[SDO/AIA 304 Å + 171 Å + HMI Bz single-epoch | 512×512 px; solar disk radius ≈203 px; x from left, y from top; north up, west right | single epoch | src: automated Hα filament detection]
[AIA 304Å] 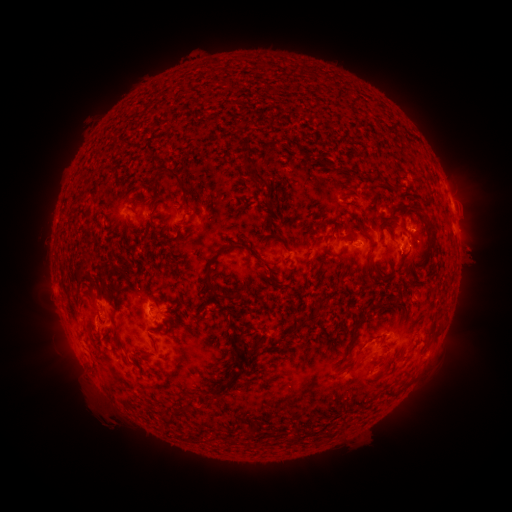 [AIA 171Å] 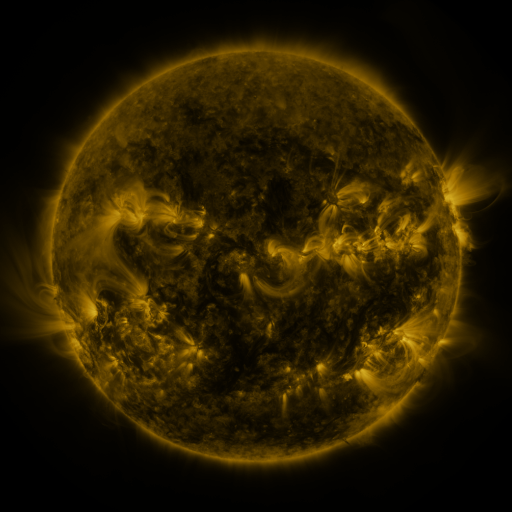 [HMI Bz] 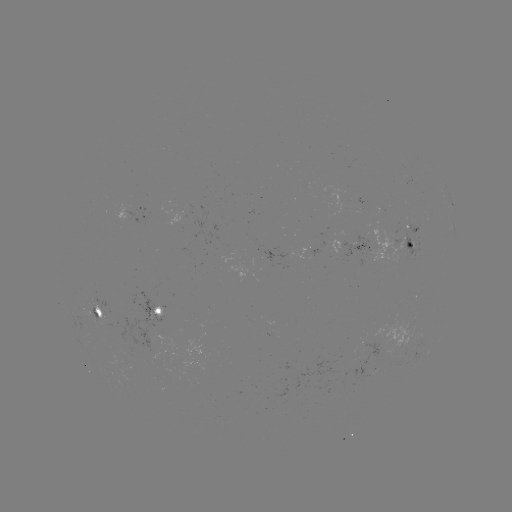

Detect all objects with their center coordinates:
filament: (271, 145)
filament: (257, 173)
filament: (179, 180)
filament: (412, 209)
filament: (364, 210)
filament: (251, 251)
filament: (406, 256)
filament: (208, 278)
filament: (91, 285)
filament: (99, 293)
filament: (301, 324)
filament: (357, 361)
filament: (235, 365)
filament: (235, 377)
filament: (165, 418)
